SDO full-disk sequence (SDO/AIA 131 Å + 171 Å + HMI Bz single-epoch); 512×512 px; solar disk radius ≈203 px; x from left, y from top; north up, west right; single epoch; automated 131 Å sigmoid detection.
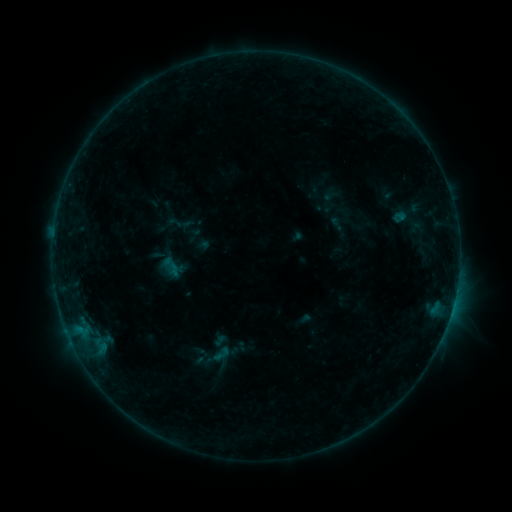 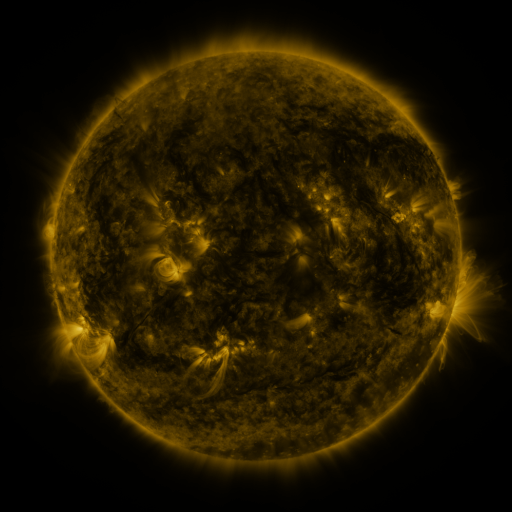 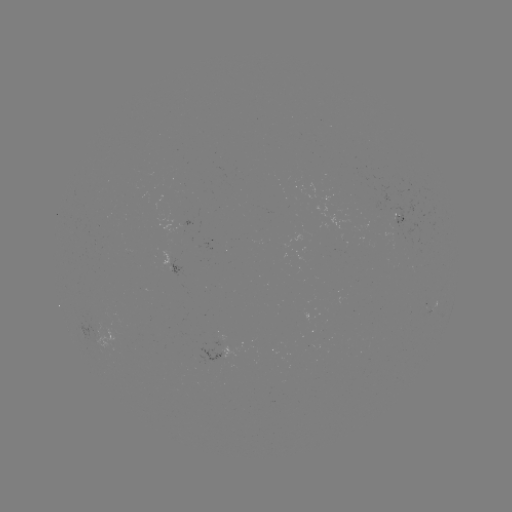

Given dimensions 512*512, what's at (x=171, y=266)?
sigmoid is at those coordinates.